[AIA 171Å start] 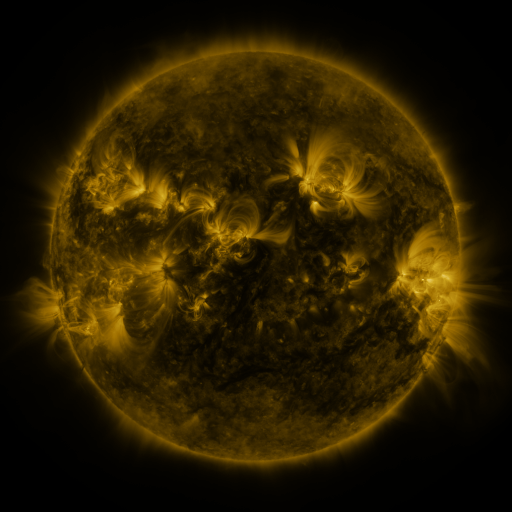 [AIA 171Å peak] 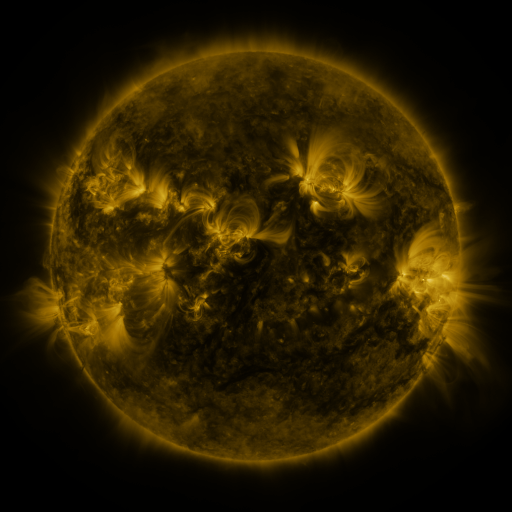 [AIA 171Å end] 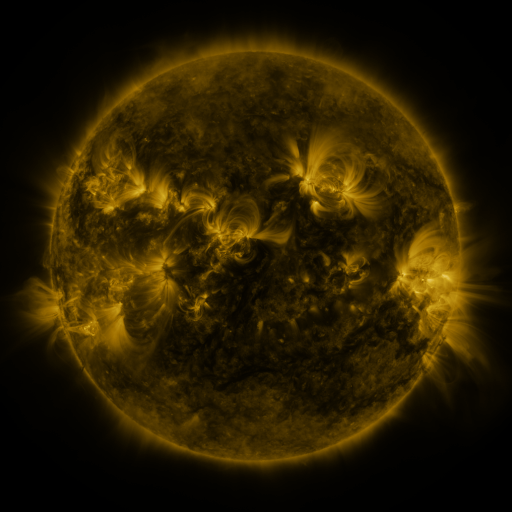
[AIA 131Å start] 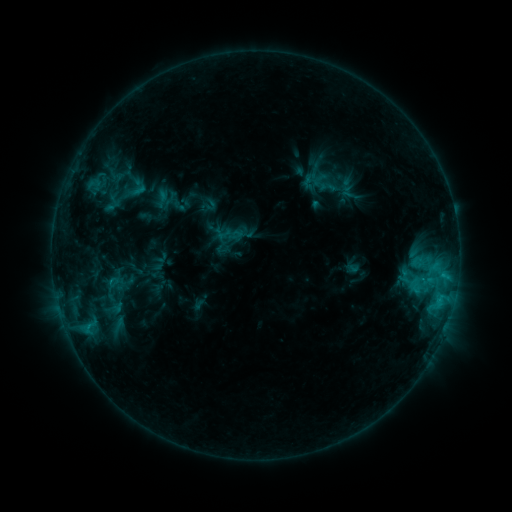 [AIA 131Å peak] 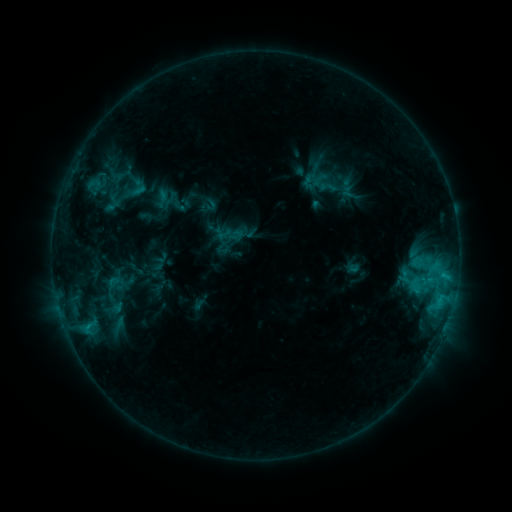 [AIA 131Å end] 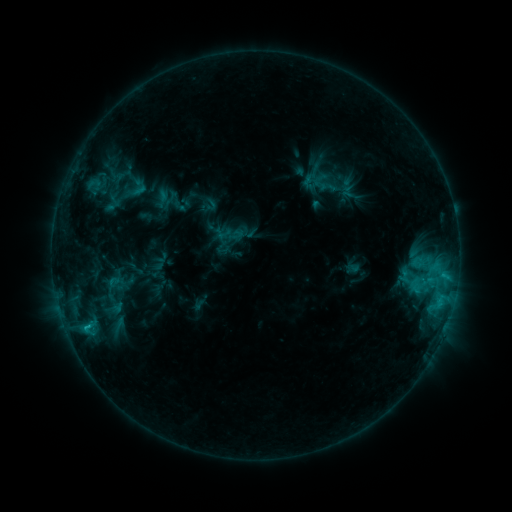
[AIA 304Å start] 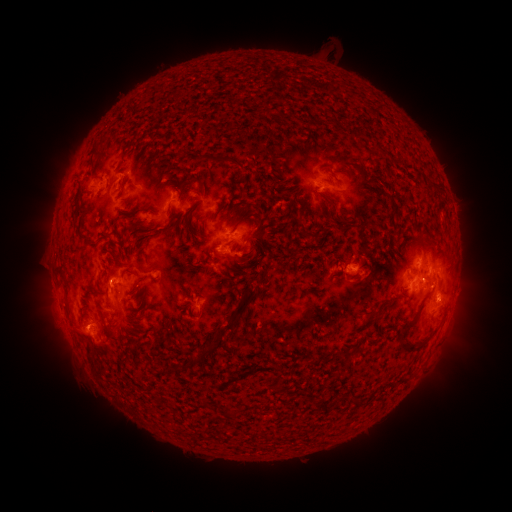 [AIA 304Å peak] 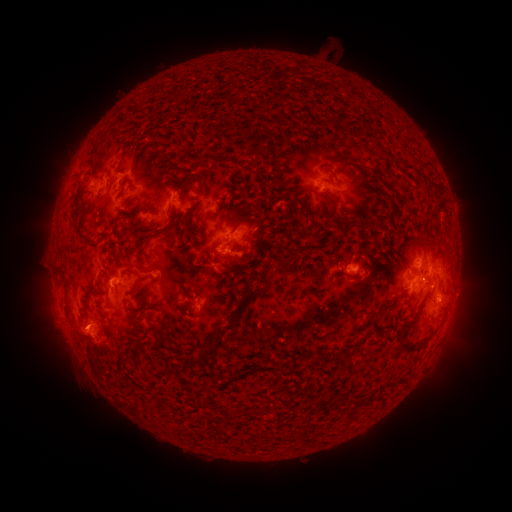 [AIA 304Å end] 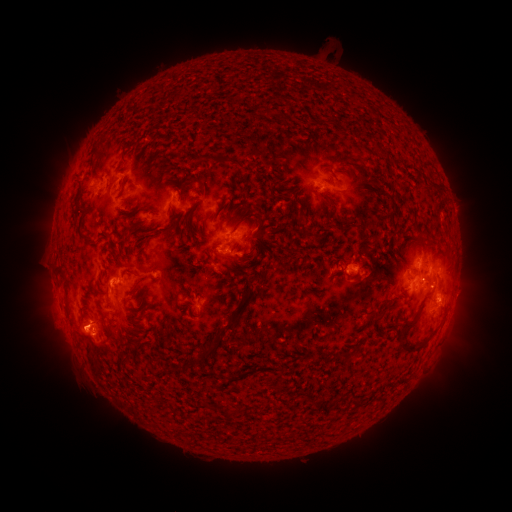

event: flare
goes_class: C1.4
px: (442, 274)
